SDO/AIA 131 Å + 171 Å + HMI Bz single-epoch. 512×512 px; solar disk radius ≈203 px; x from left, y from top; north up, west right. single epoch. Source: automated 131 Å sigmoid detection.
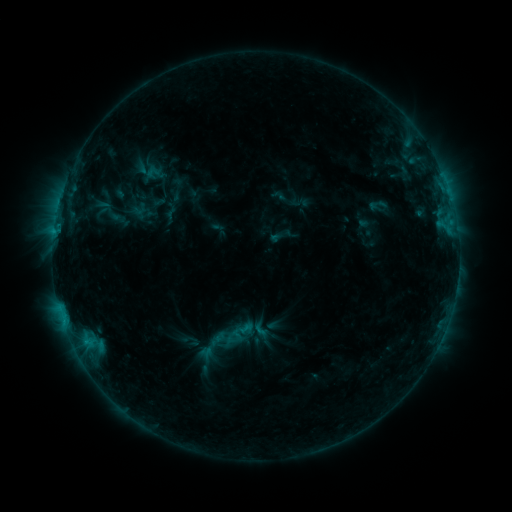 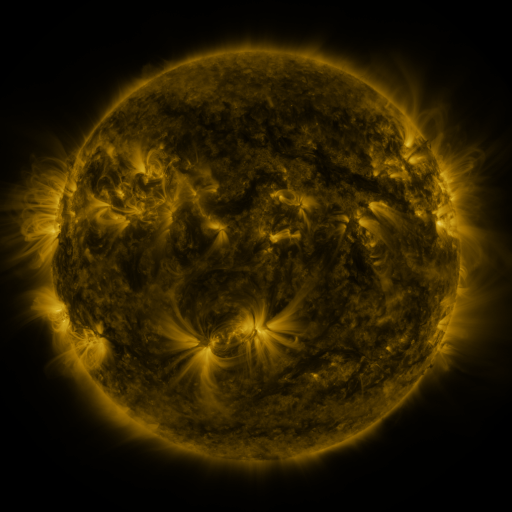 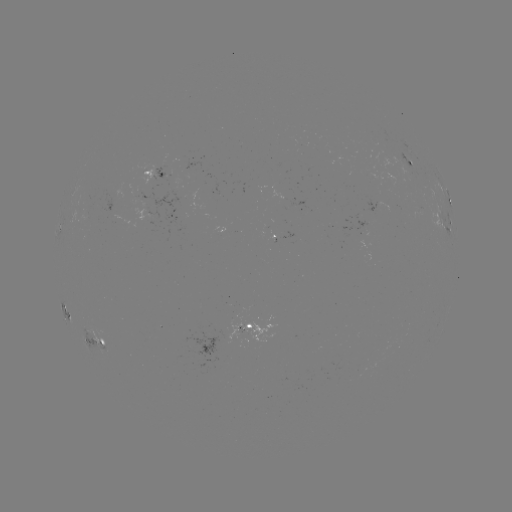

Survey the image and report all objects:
sigmoid: <bbox>250, 319, 271, 340</bbox>
